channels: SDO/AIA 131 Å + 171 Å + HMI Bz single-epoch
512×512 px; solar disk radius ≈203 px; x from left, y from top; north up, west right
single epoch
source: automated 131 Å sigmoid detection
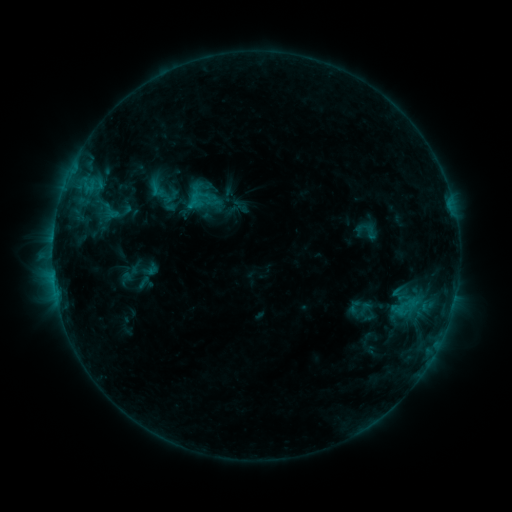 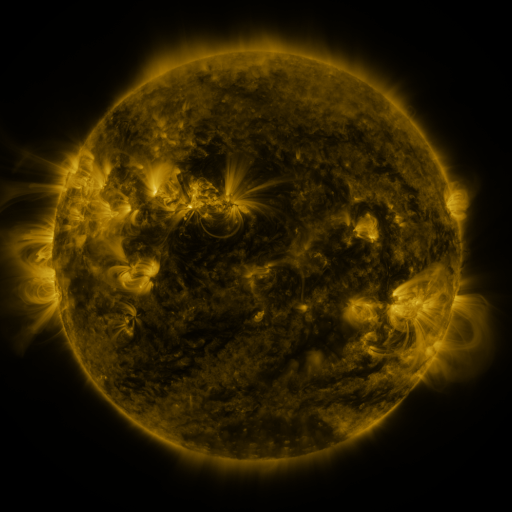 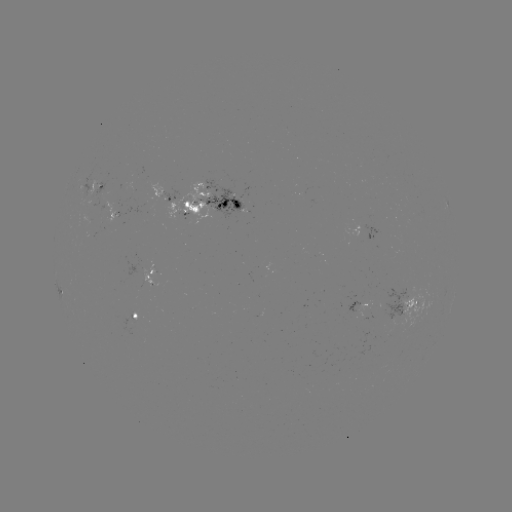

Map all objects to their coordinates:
sigmoid: (156, 189)
